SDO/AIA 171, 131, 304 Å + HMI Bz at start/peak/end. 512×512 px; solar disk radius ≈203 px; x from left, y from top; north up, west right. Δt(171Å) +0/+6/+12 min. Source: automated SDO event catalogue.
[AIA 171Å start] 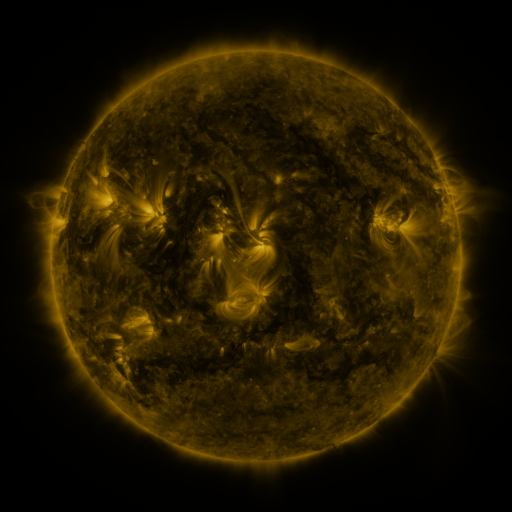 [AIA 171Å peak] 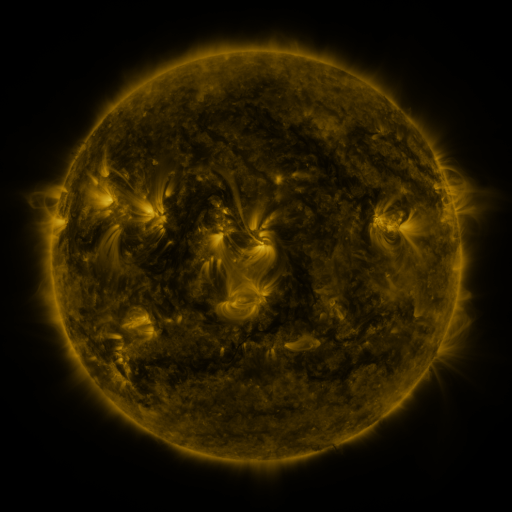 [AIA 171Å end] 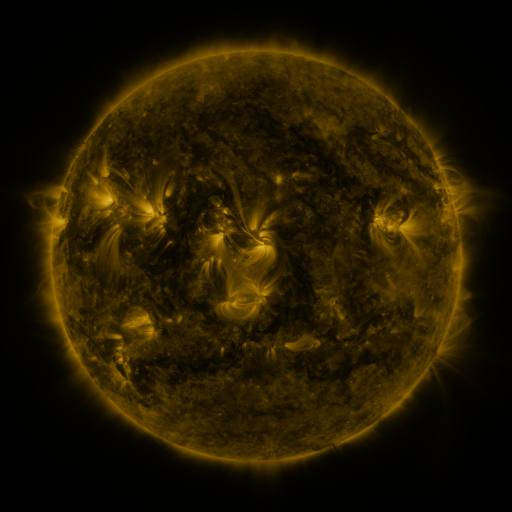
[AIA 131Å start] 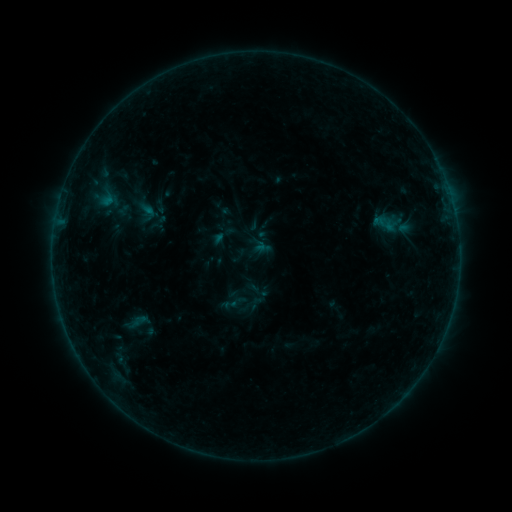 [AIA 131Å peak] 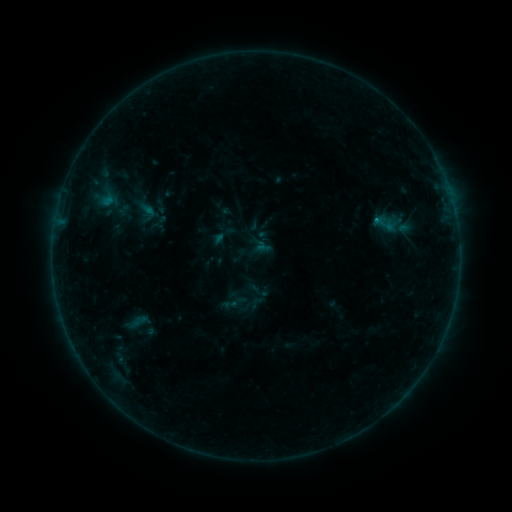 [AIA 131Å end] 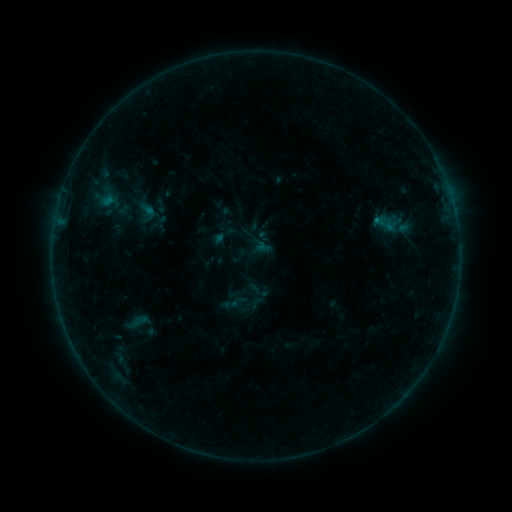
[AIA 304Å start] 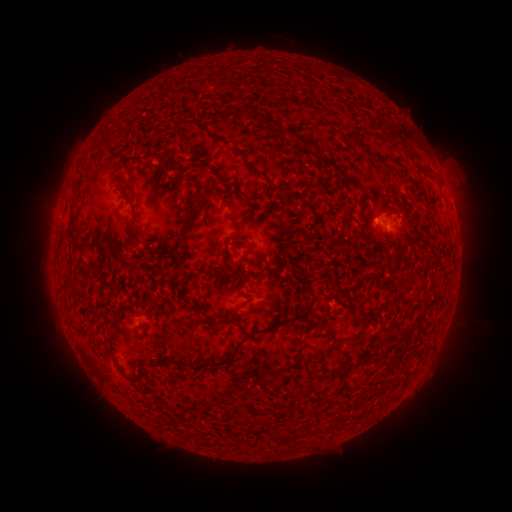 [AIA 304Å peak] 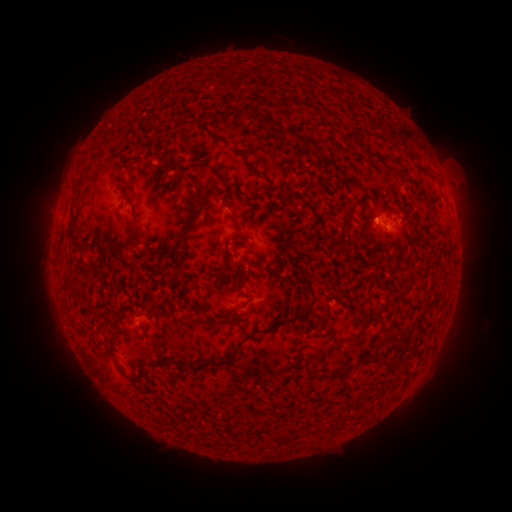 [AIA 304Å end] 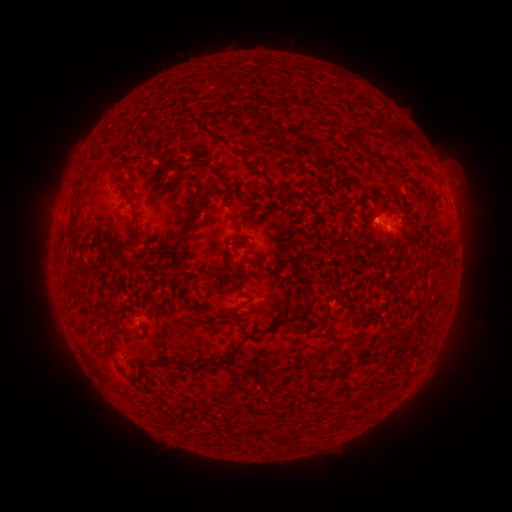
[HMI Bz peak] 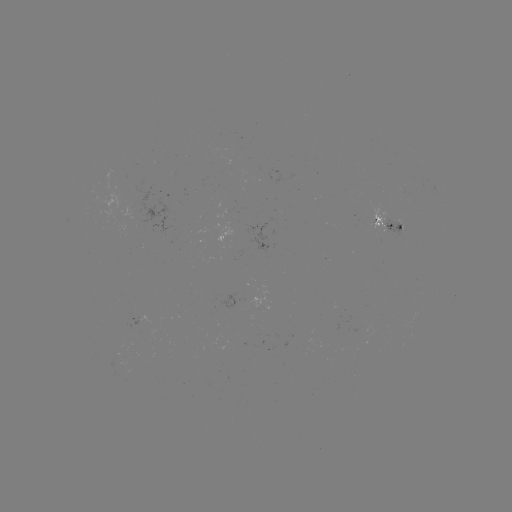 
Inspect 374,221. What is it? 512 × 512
B3.4 flare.